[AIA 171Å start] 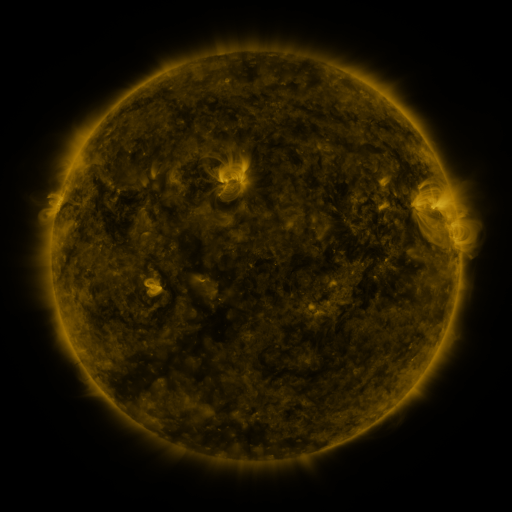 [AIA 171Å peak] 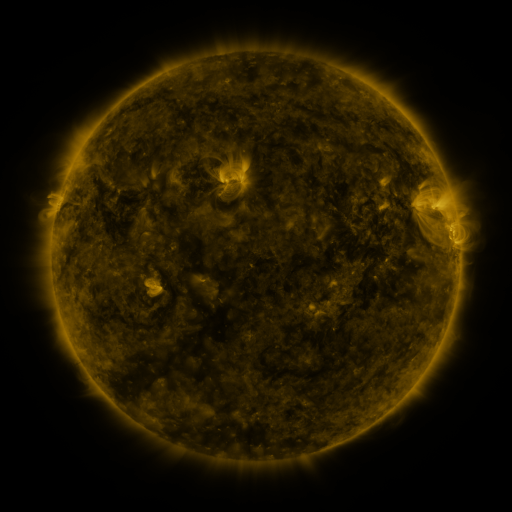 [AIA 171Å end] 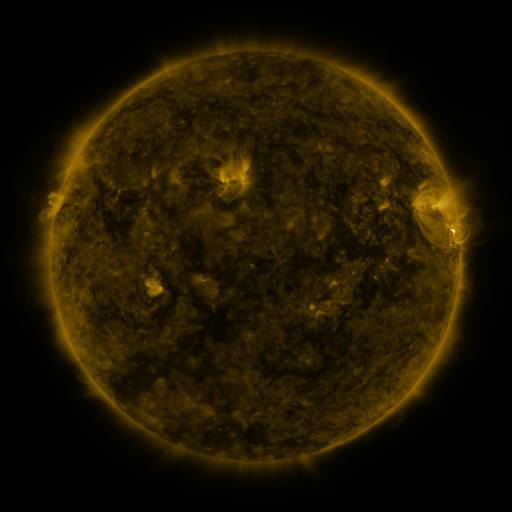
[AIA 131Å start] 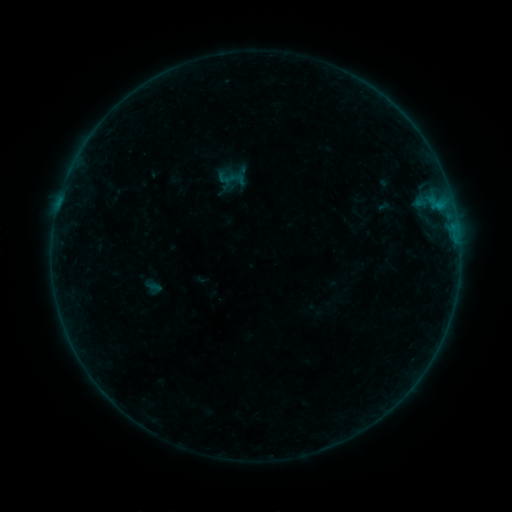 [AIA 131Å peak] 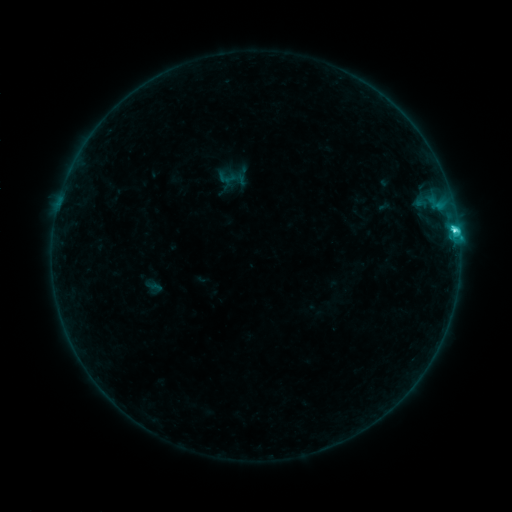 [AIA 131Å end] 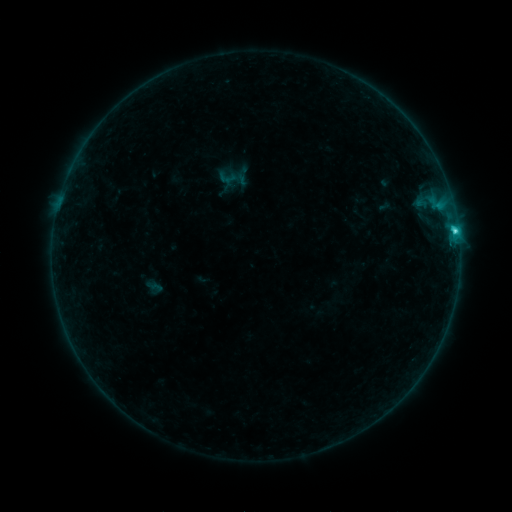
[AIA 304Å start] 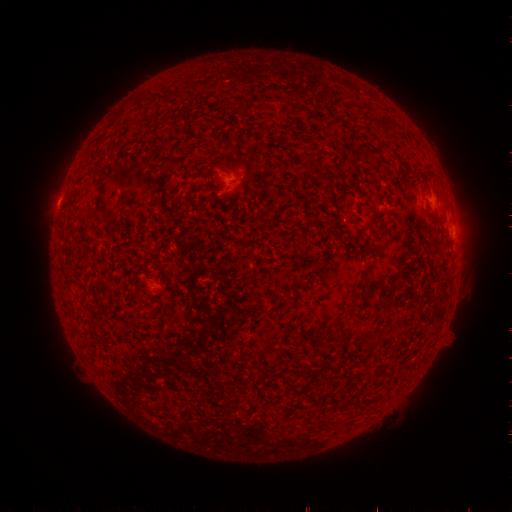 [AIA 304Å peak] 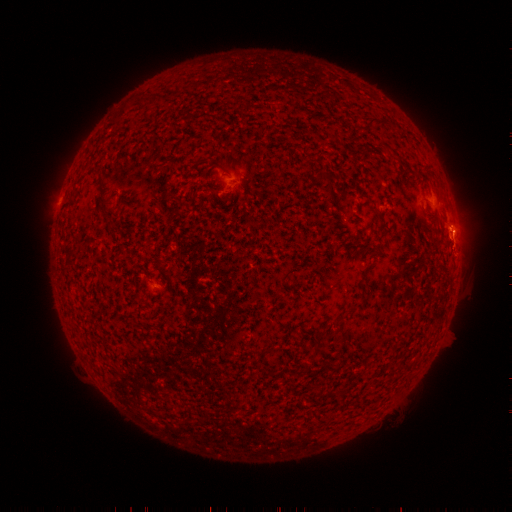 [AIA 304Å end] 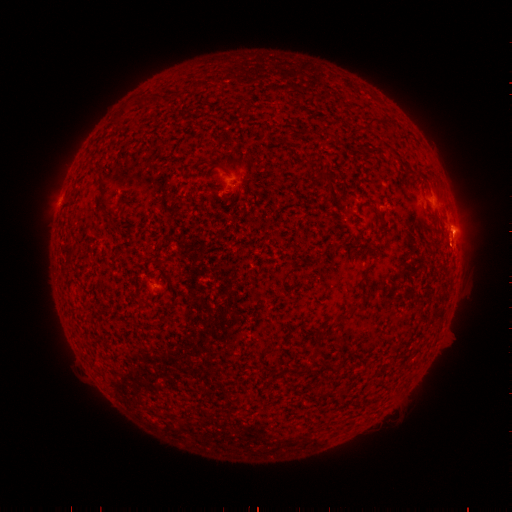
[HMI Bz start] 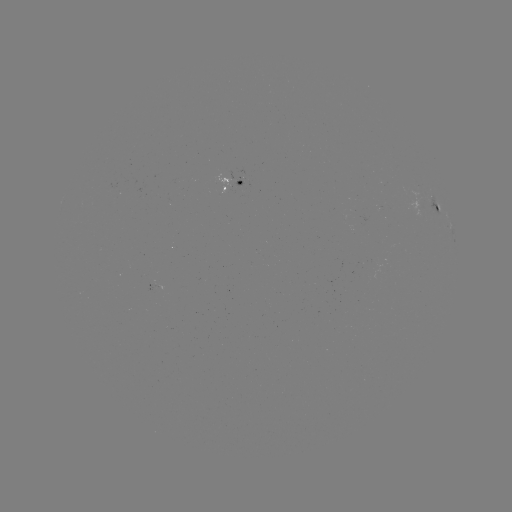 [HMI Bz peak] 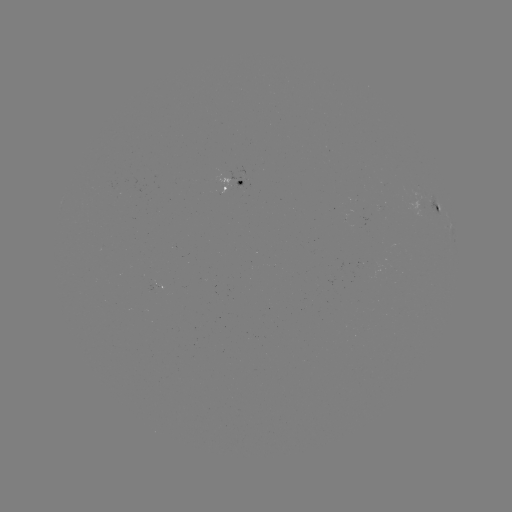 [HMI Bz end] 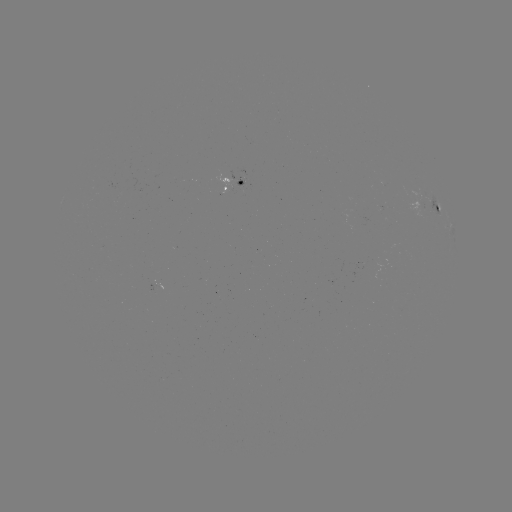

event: flare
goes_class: C2.8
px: (454, 230)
